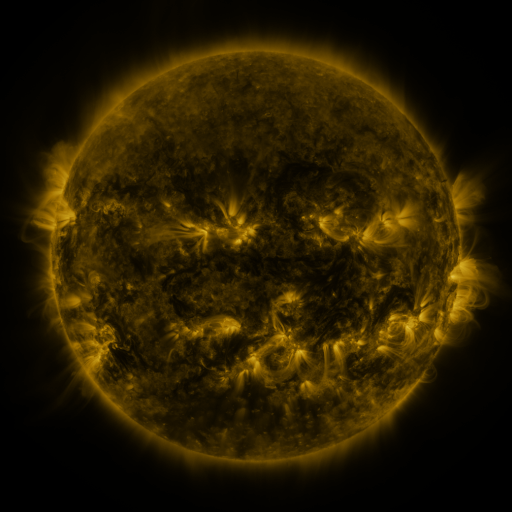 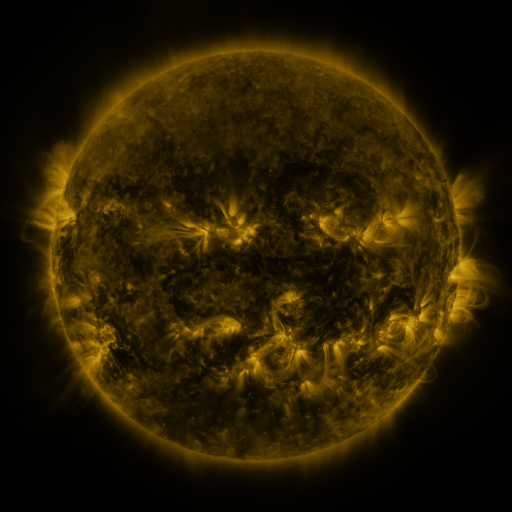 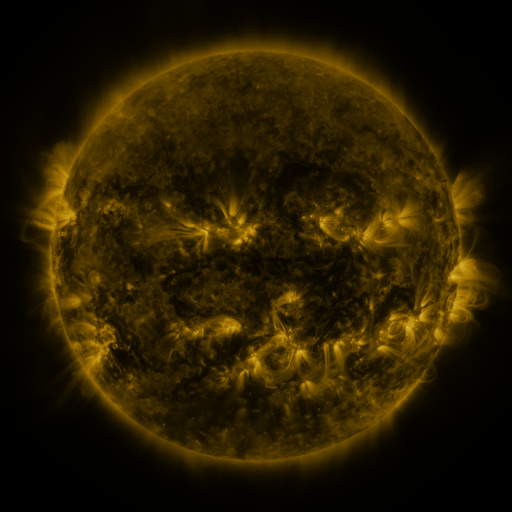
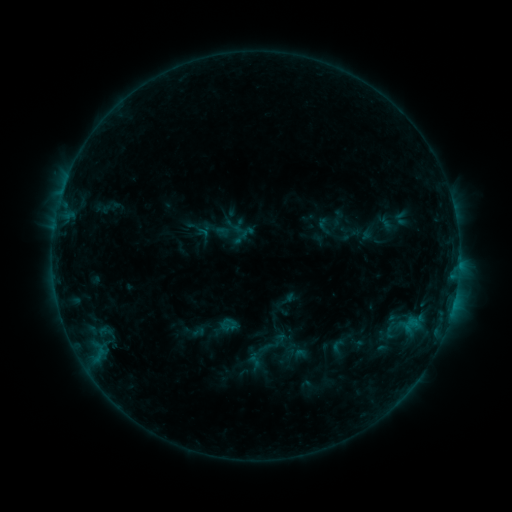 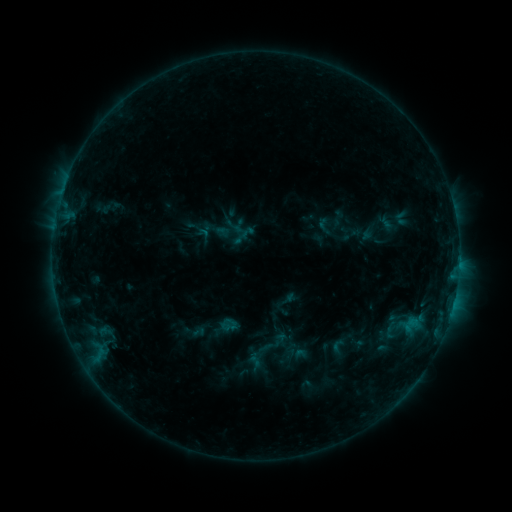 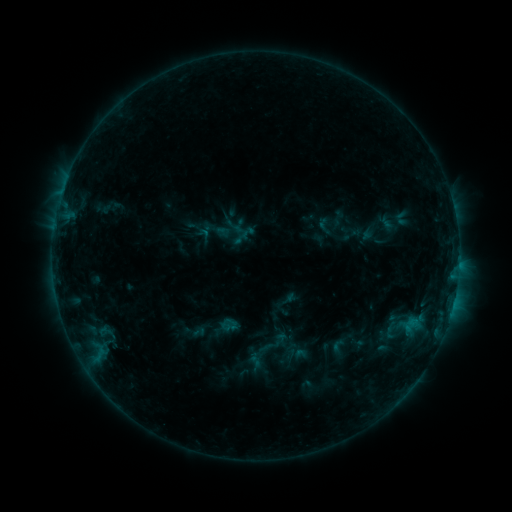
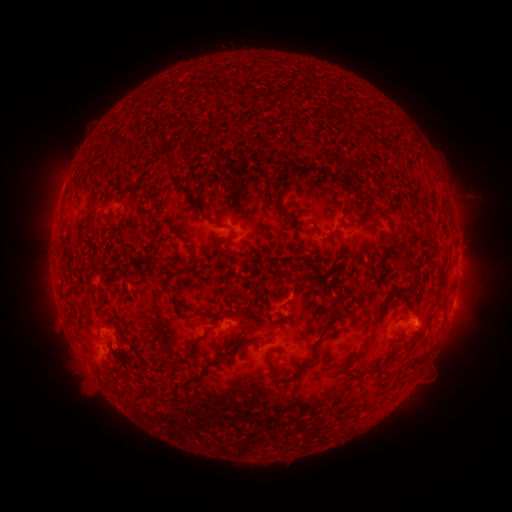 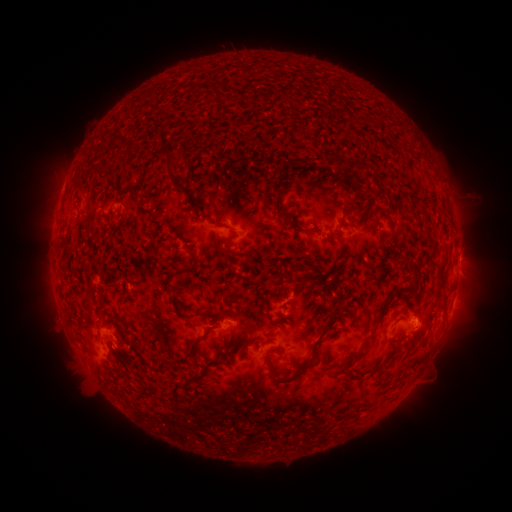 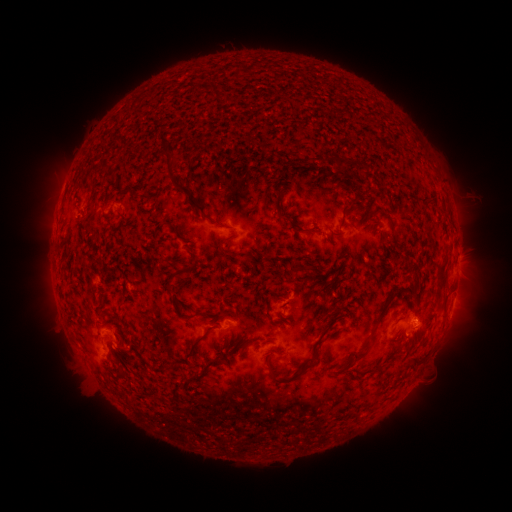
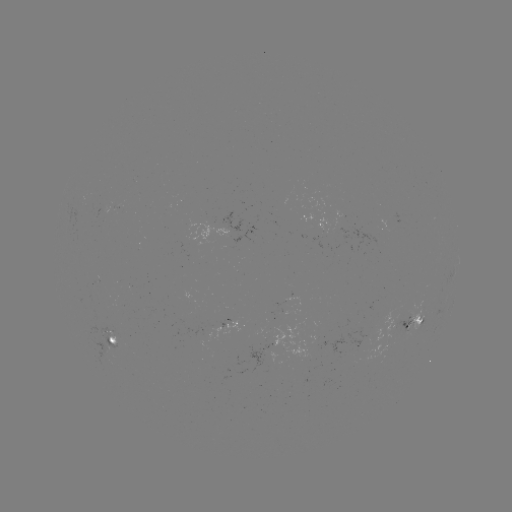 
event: flare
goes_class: B6.6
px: (458, 264)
